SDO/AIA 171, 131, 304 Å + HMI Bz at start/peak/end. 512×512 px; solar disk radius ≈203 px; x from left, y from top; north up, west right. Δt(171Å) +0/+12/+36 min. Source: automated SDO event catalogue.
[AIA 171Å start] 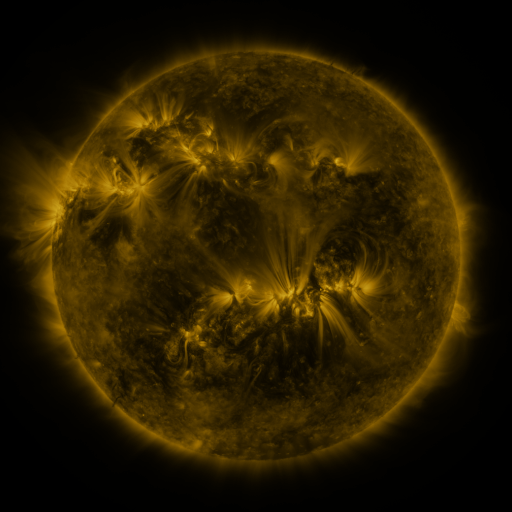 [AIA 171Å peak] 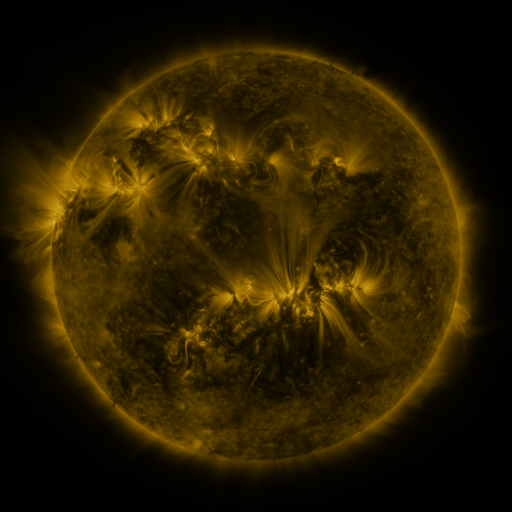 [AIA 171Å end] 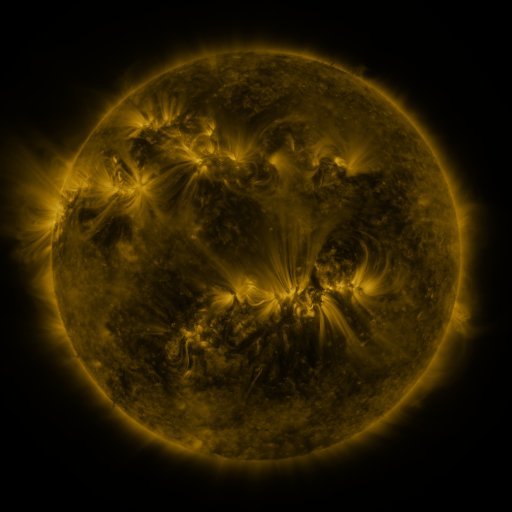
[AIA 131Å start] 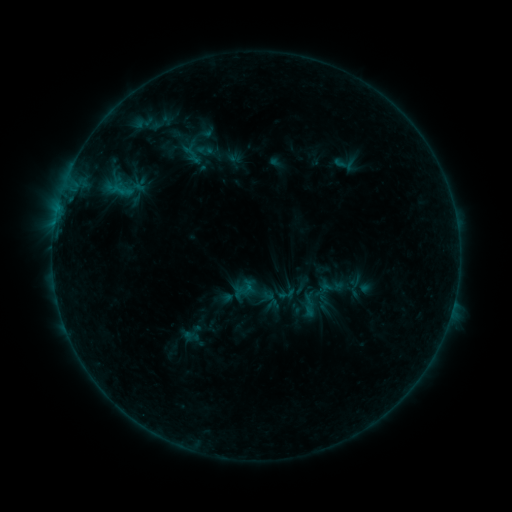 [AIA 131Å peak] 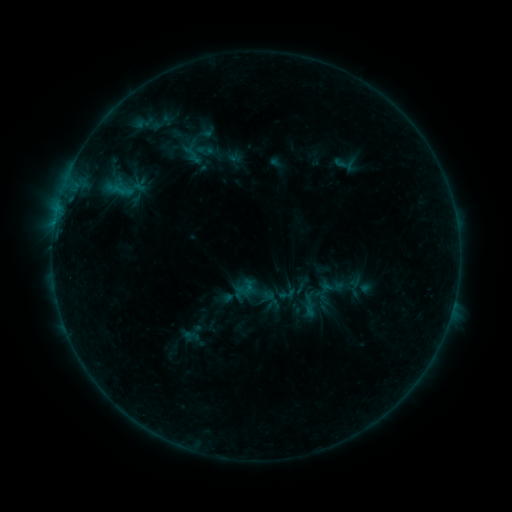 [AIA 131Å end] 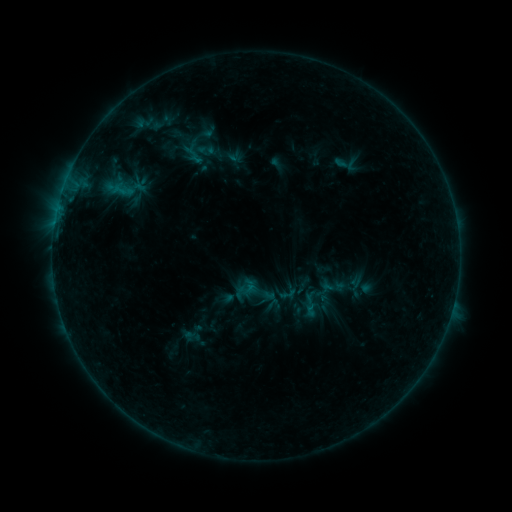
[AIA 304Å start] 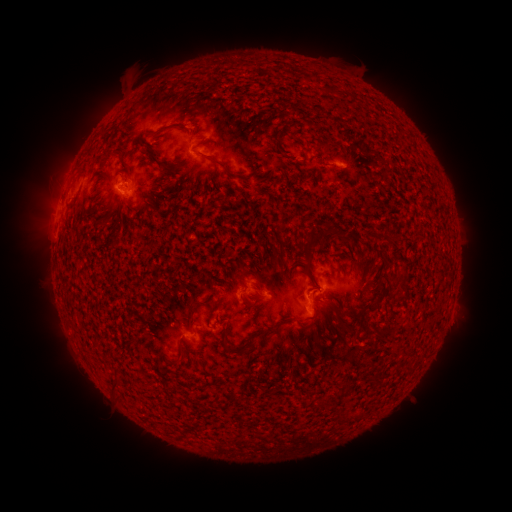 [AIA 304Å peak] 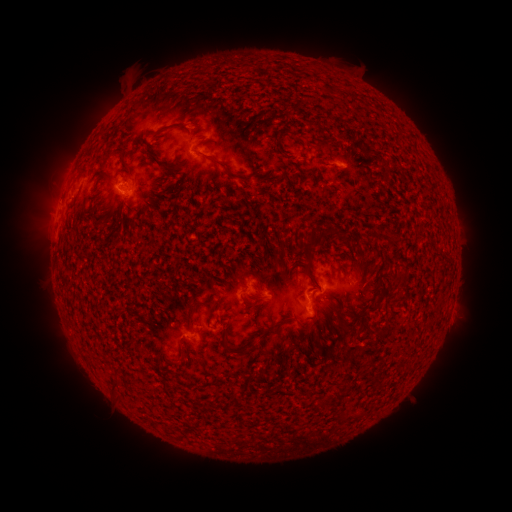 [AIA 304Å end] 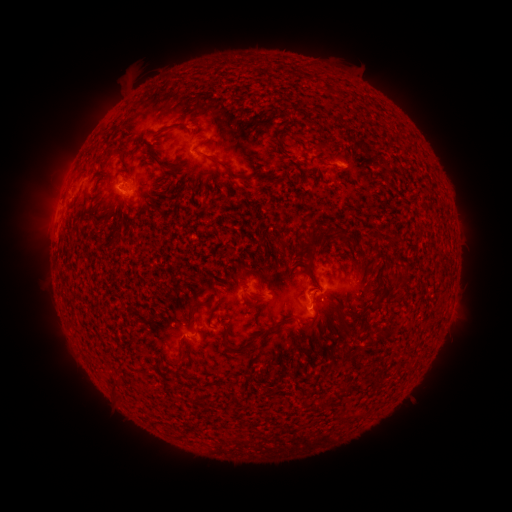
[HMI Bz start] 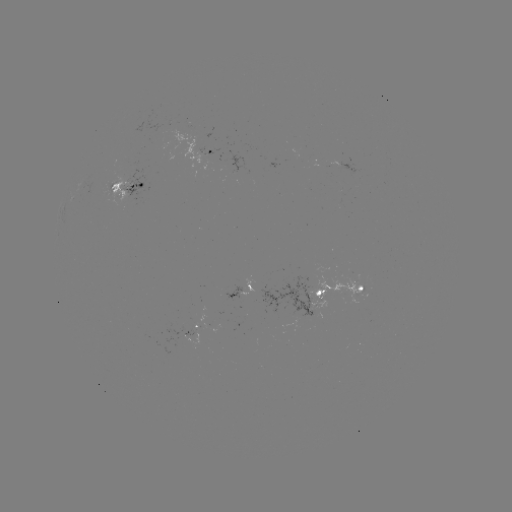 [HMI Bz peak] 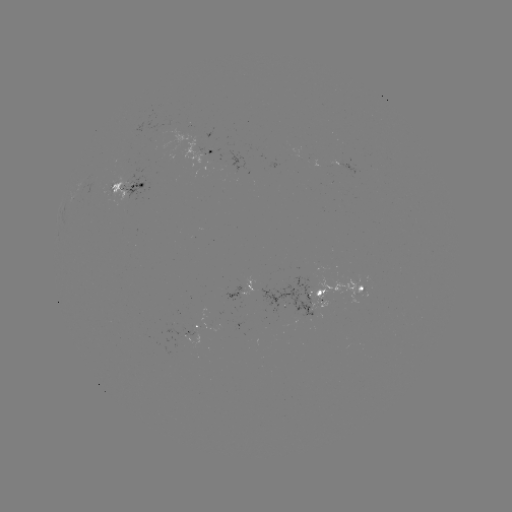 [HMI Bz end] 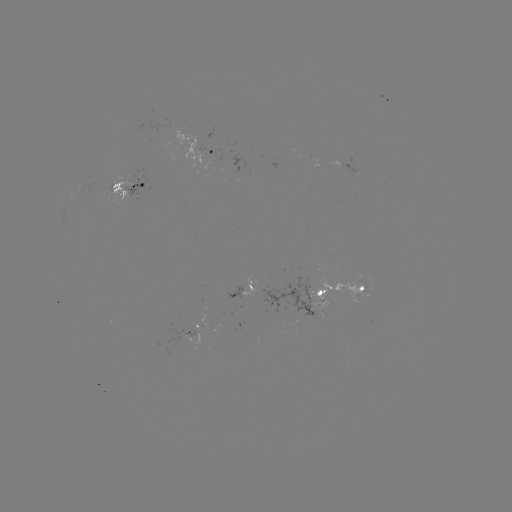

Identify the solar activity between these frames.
emerging-flux region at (130, 185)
